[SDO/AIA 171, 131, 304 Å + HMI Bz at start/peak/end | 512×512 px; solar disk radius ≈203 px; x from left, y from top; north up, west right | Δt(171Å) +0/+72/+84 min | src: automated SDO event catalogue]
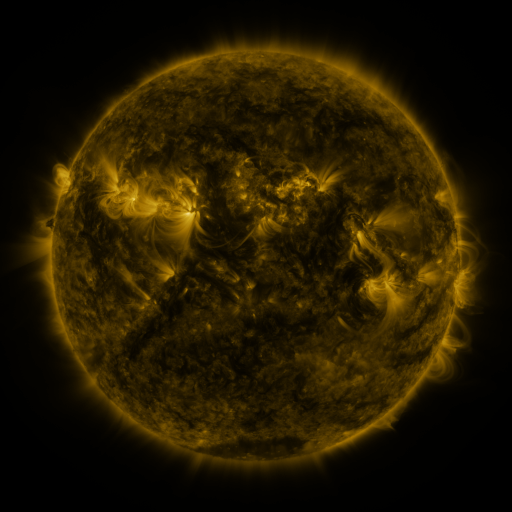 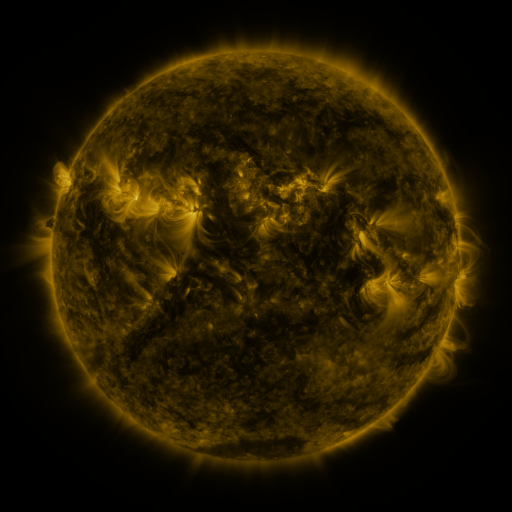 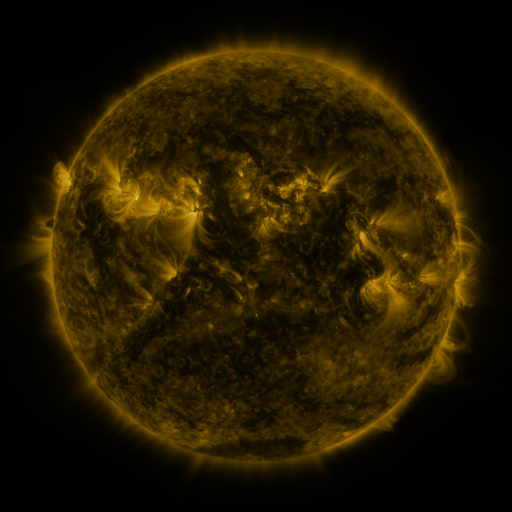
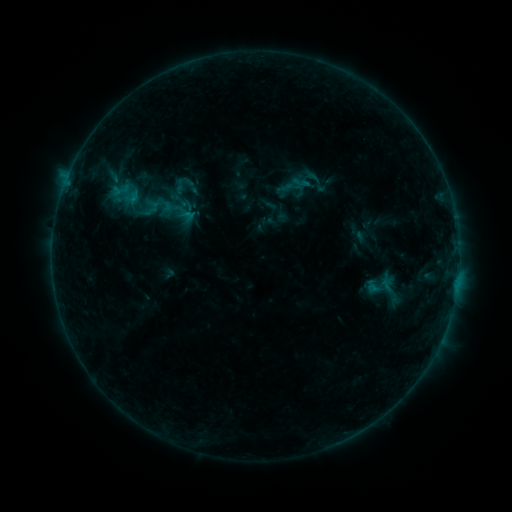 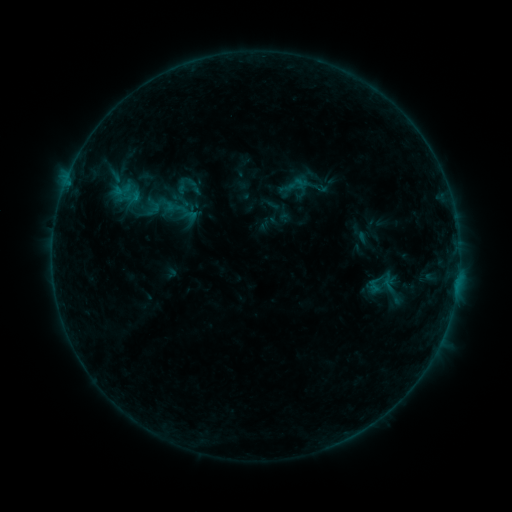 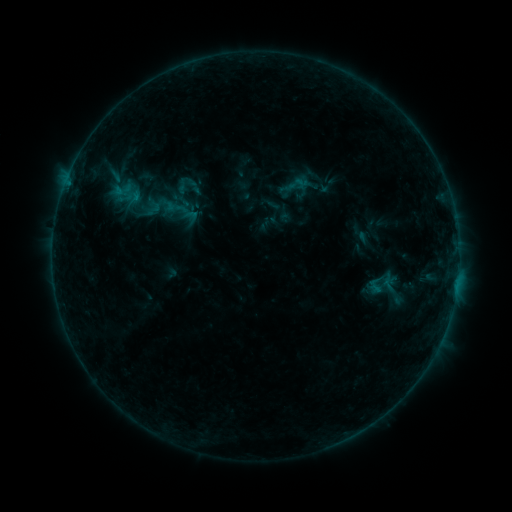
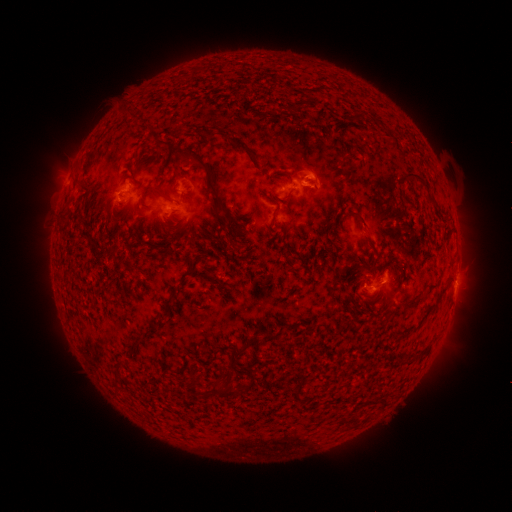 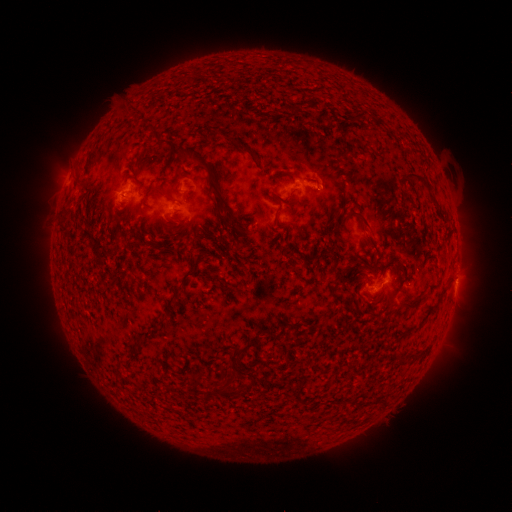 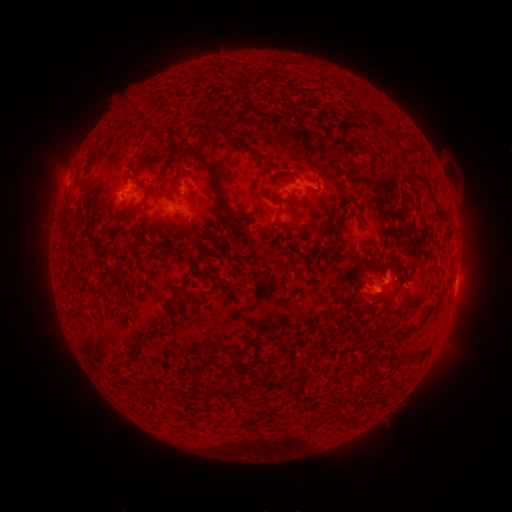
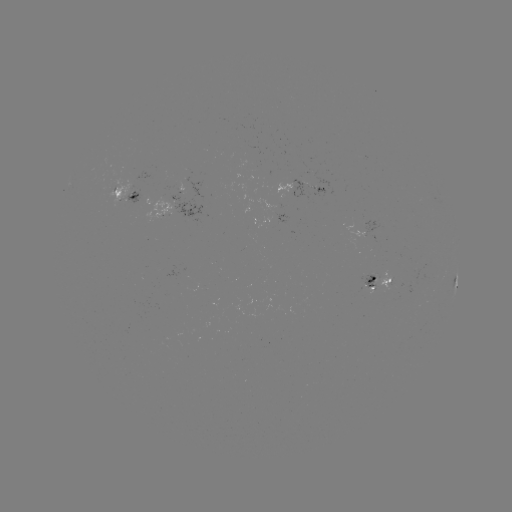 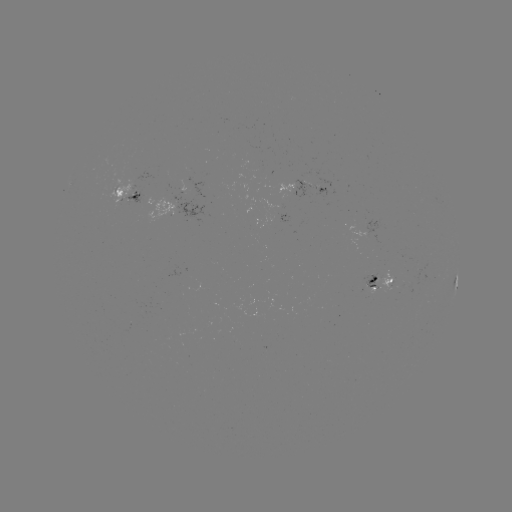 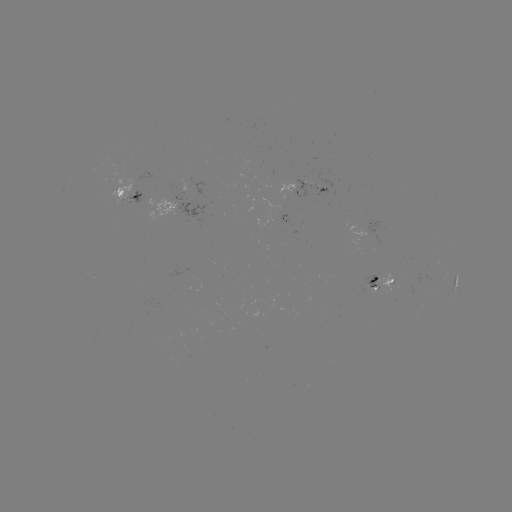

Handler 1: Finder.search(emerging-flux region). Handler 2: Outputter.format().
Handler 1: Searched emerging-flux region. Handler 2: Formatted (319, 189).